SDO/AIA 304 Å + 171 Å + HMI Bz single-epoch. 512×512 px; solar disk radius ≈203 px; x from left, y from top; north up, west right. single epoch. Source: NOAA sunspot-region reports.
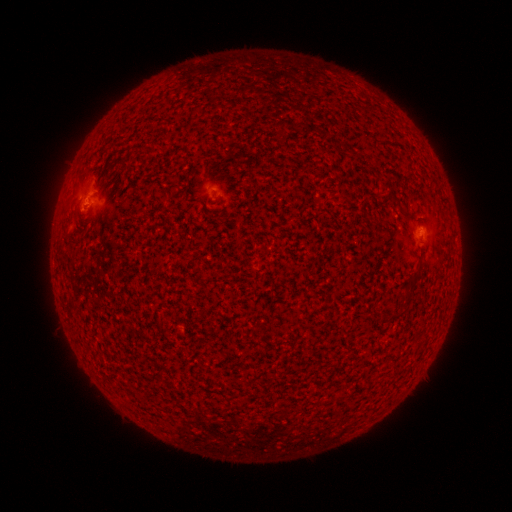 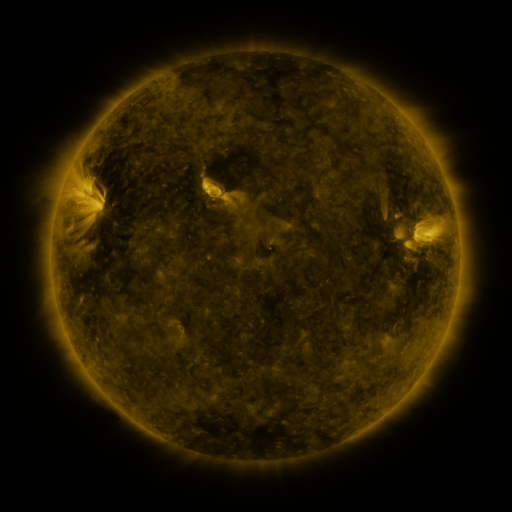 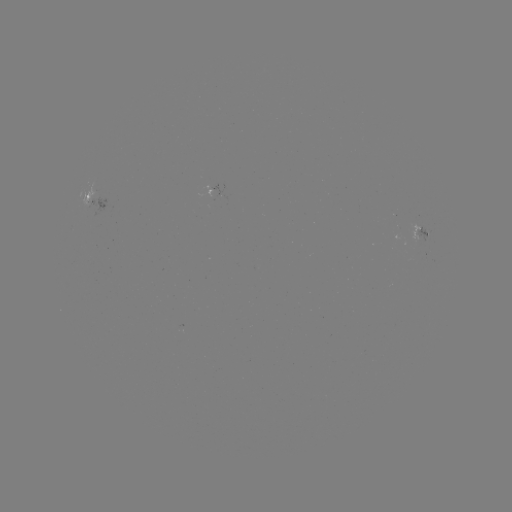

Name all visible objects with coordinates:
spotted active region: (92, 204)
spotted active region: (421, 231)
